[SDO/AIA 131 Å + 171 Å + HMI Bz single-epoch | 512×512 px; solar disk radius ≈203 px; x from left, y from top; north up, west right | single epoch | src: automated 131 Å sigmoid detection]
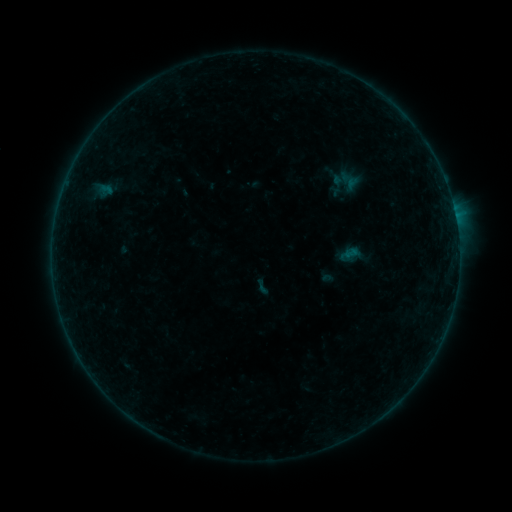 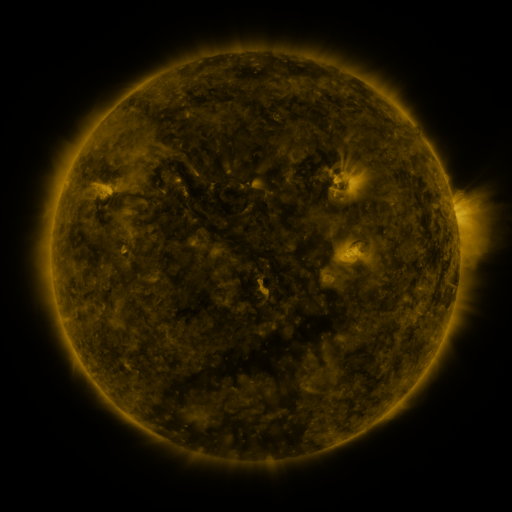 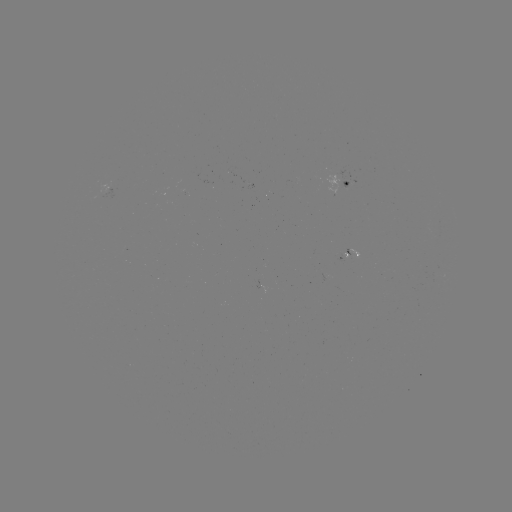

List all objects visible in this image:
sigmoid: (262, 287)
